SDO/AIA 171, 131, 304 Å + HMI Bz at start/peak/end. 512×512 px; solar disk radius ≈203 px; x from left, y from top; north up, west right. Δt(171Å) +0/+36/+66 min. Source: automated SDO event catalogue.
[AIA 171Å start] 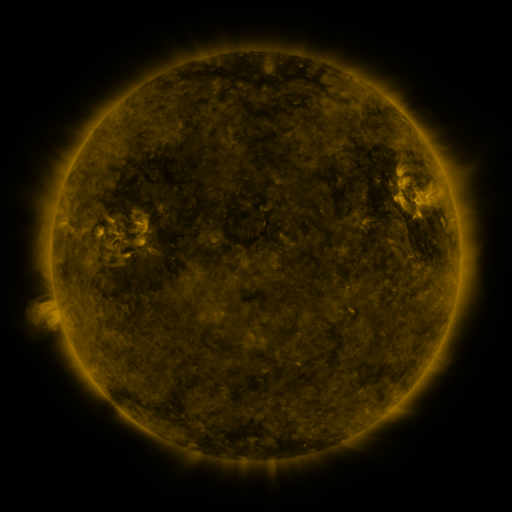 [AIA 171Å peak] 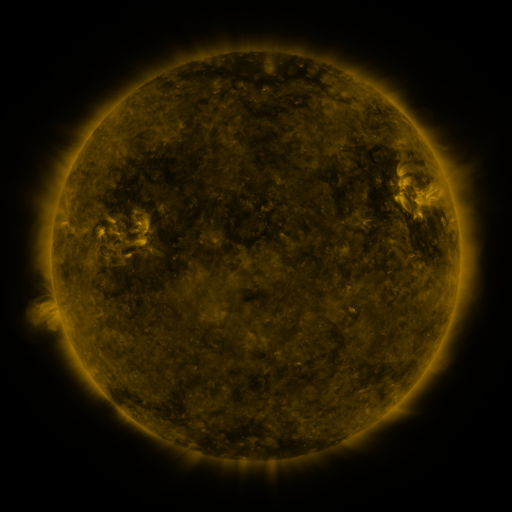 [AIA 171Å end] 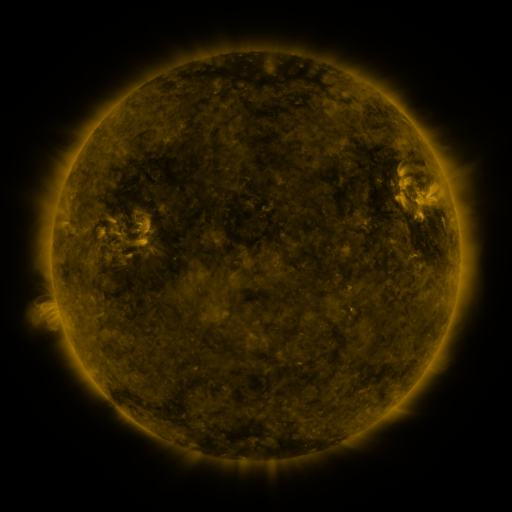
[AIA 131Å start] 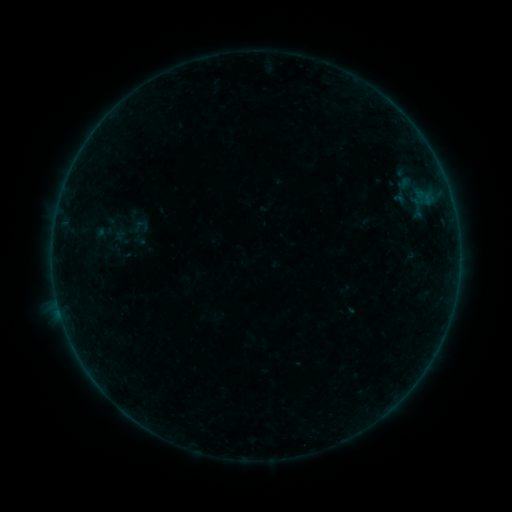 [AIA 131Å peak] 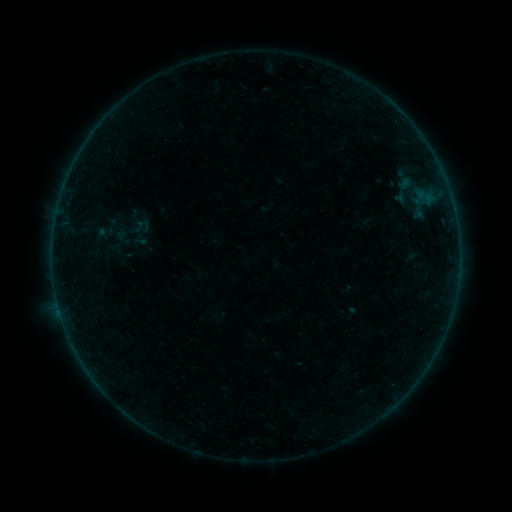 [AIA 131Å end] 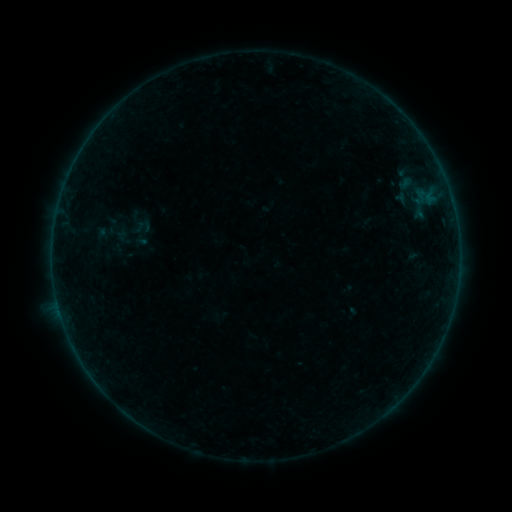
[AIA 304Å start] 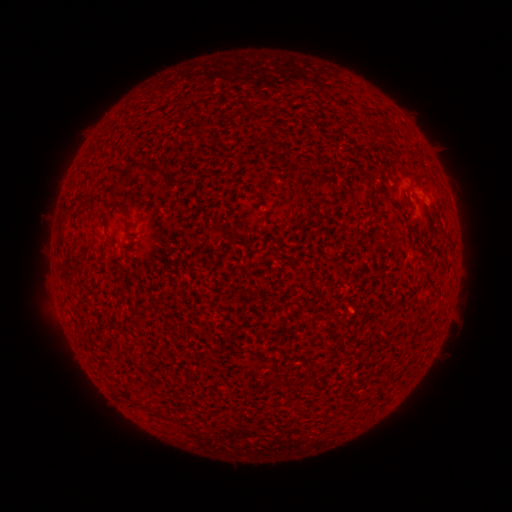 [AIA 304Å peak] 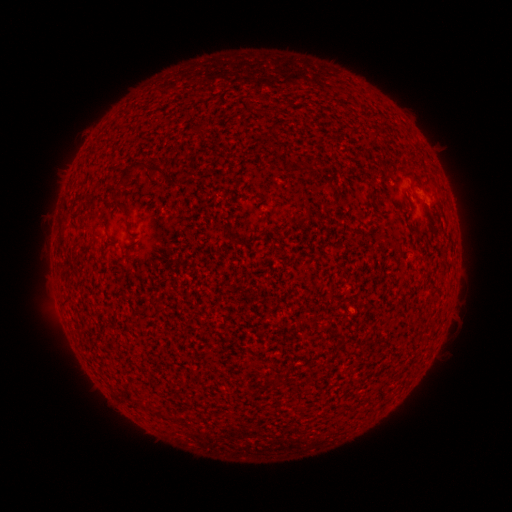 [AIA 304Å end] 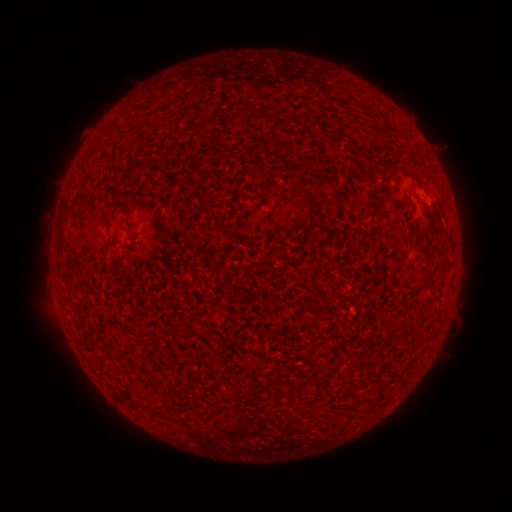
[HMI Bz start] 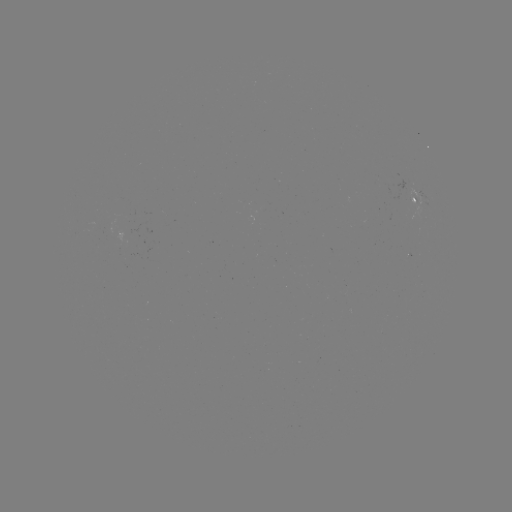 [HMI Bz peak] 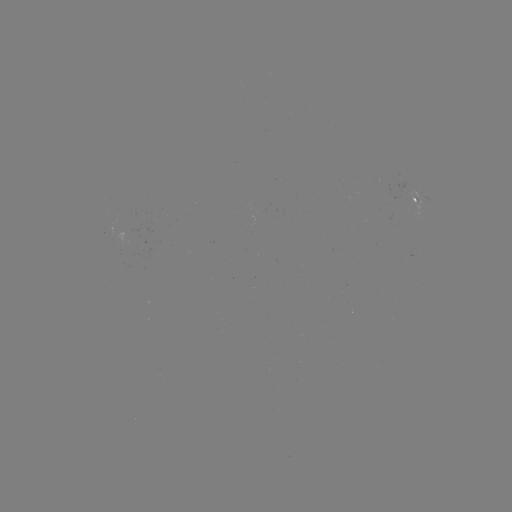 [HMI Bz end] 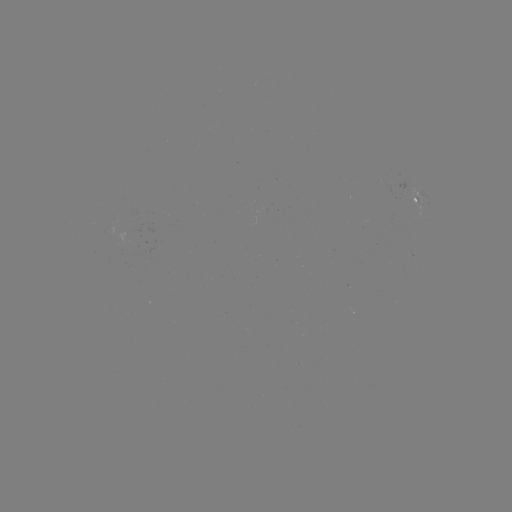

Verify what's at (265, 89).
filament eruption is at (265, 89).